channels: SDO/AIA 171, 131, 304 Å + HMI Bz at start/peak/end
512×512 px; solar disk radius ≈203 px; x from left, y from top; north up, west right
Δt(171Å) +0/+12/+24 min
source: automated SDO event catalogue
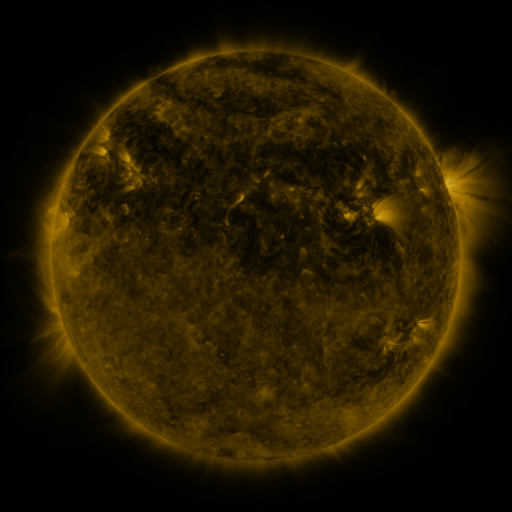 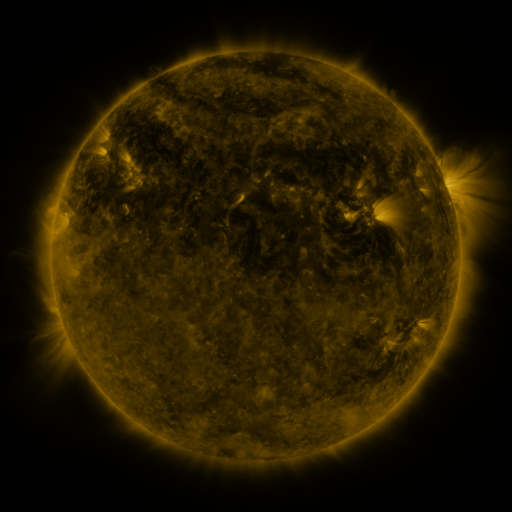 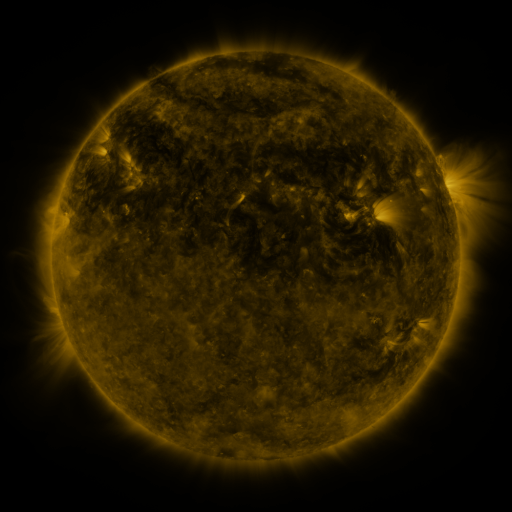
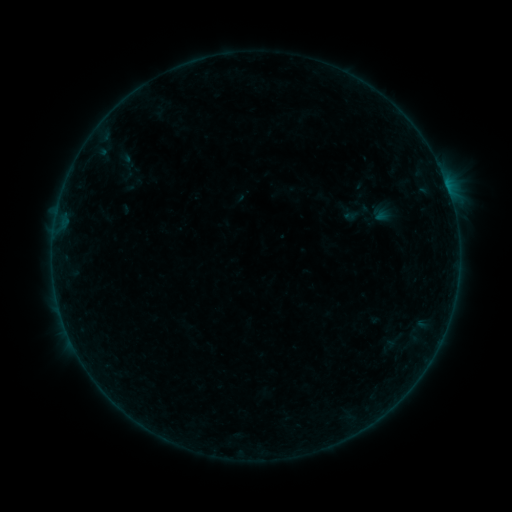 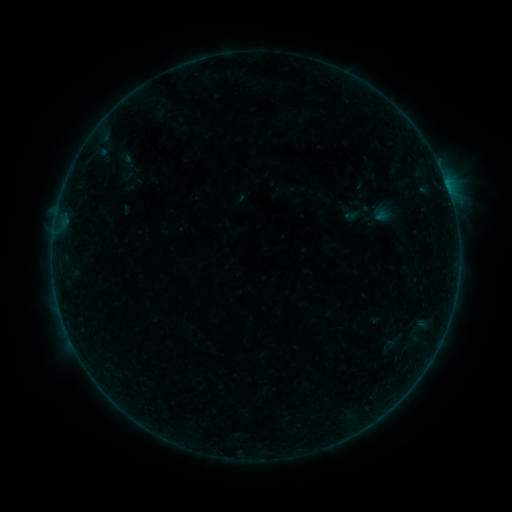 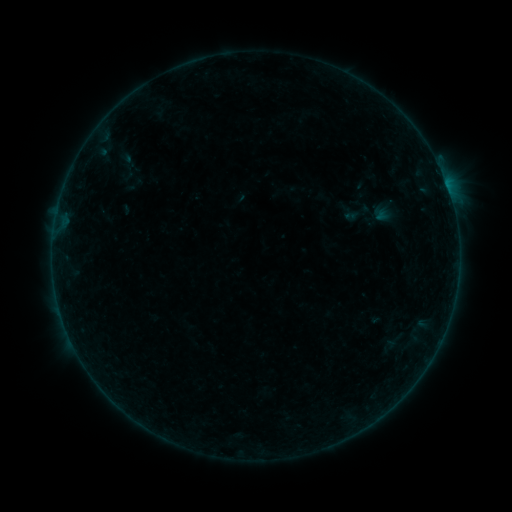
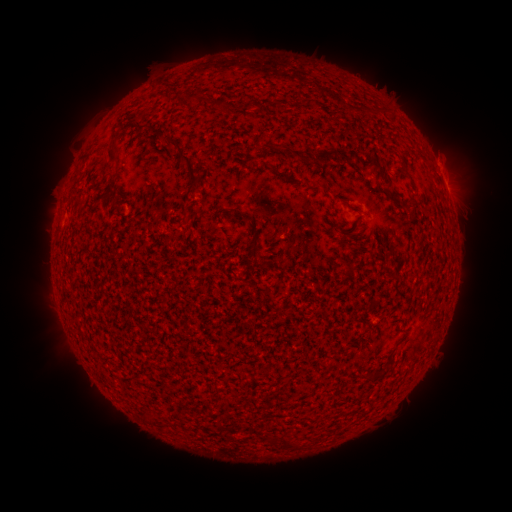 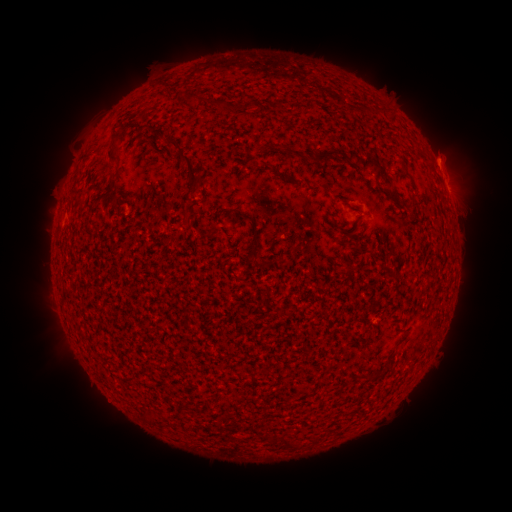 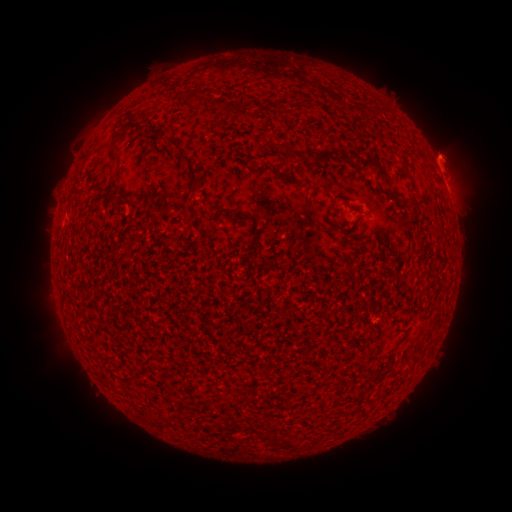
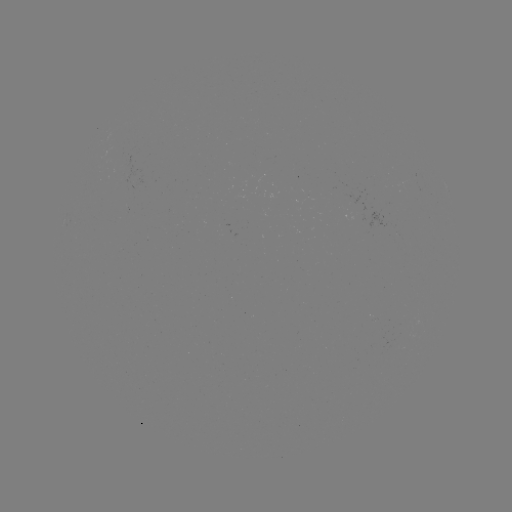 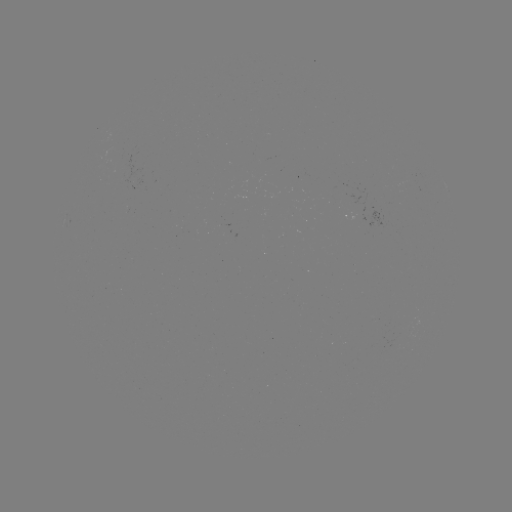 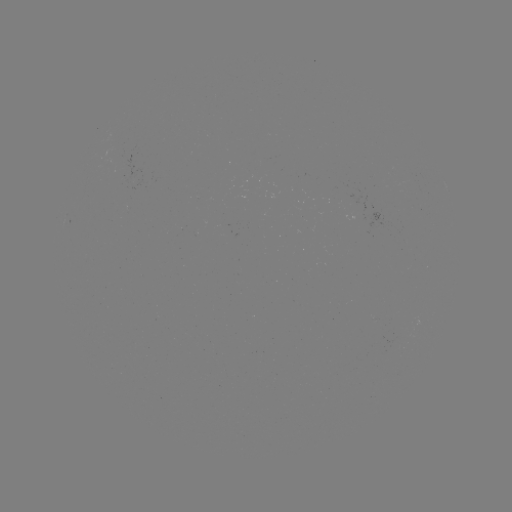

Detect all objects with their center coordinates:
eruption: (445, 156)
